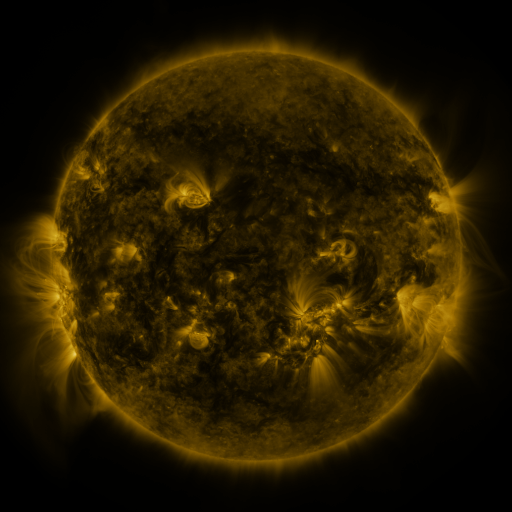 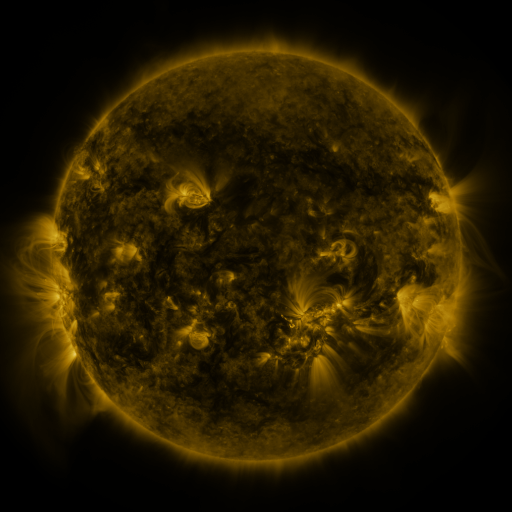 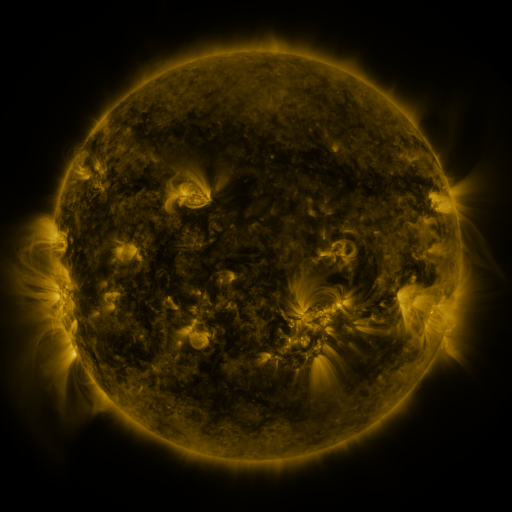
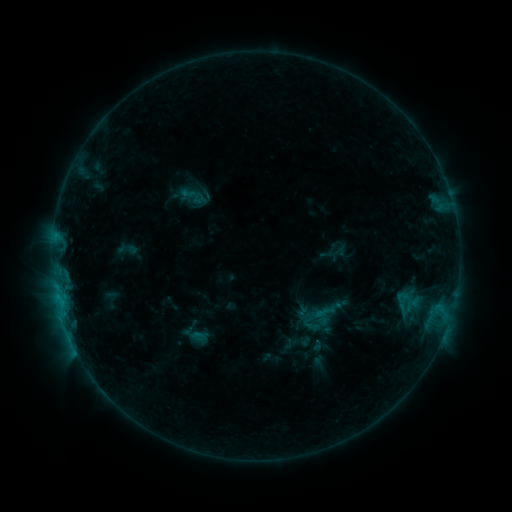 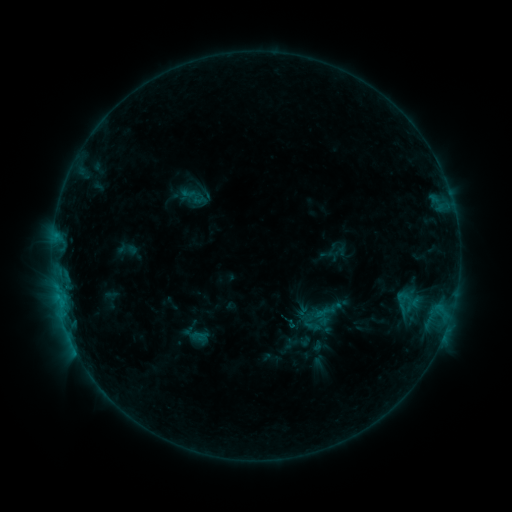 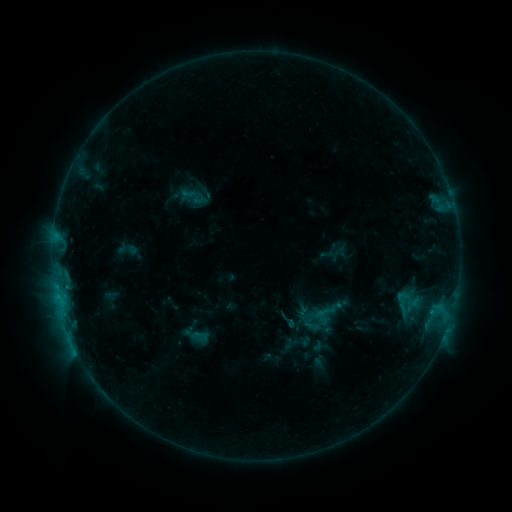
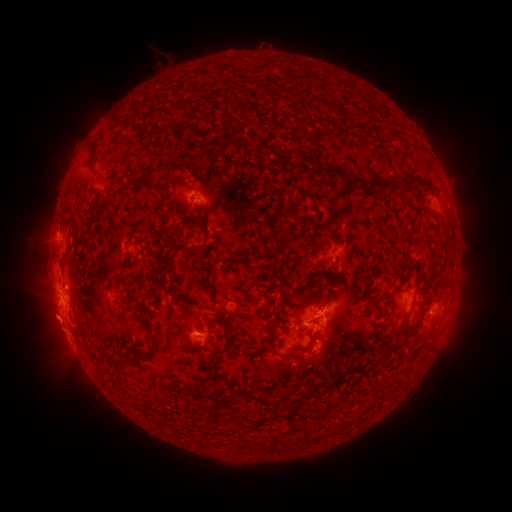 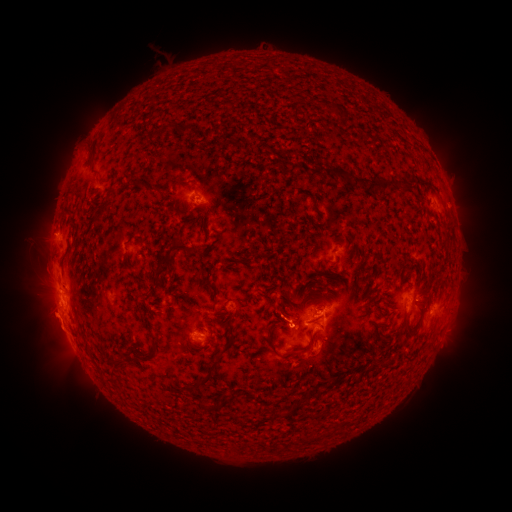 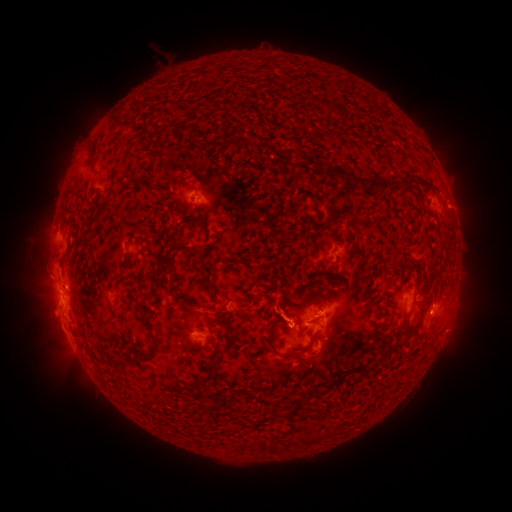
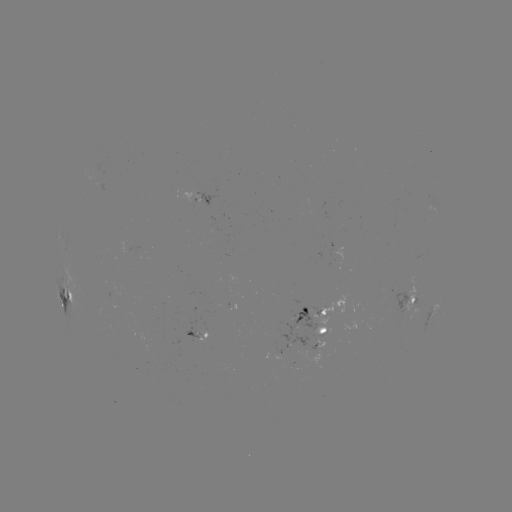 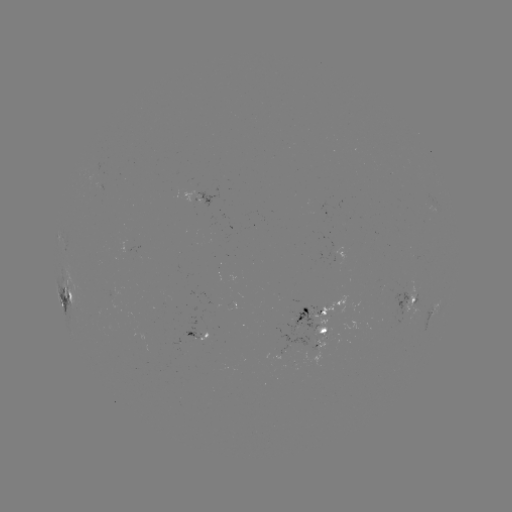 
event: eruption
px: (47, 232)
